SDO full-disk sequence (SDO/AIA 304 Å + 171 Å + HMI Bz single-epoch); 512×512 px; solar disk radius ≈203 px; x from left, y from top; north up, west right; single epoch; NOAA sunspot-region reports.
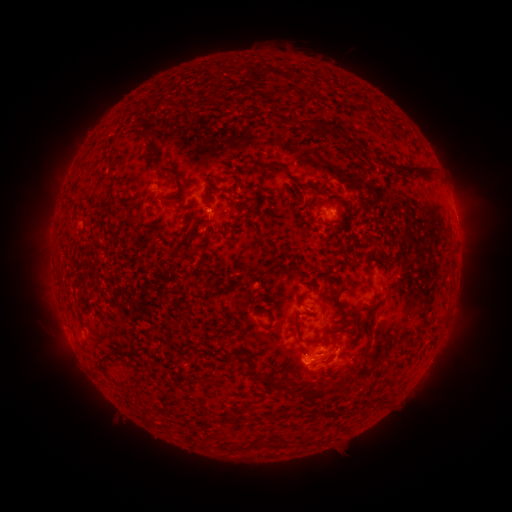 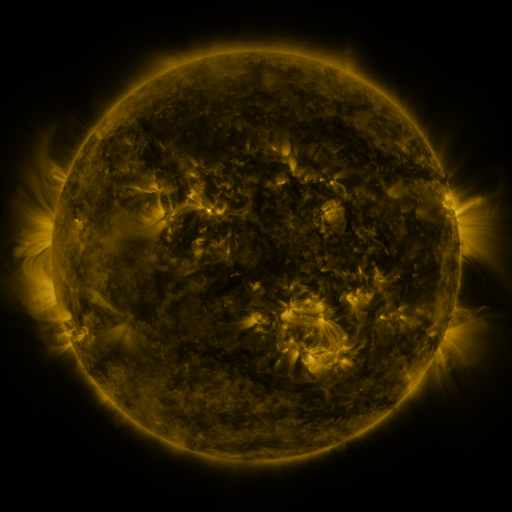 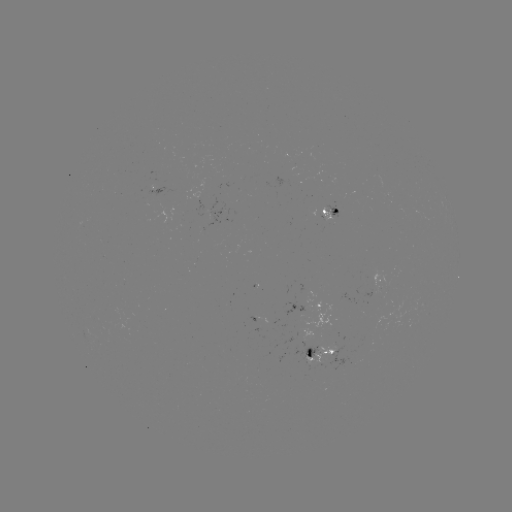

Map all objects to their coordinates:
spotted active region: (217, 212)
spotted active region: (330, 212)
spotted active region: (377, 279)
spotted active region: (313, 307)
spotted active region: (322, 353)
